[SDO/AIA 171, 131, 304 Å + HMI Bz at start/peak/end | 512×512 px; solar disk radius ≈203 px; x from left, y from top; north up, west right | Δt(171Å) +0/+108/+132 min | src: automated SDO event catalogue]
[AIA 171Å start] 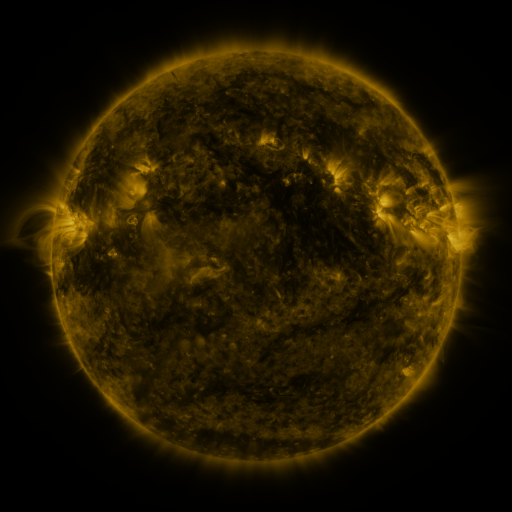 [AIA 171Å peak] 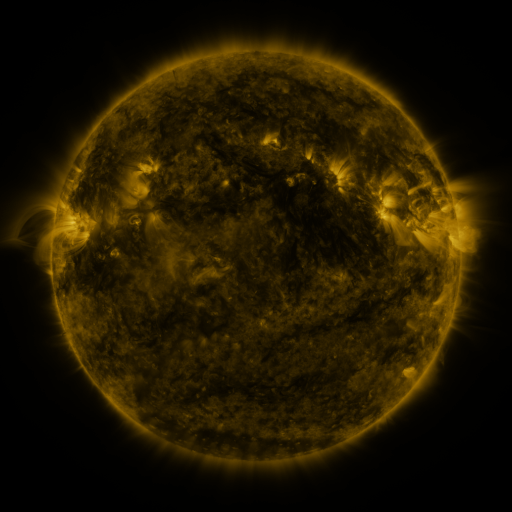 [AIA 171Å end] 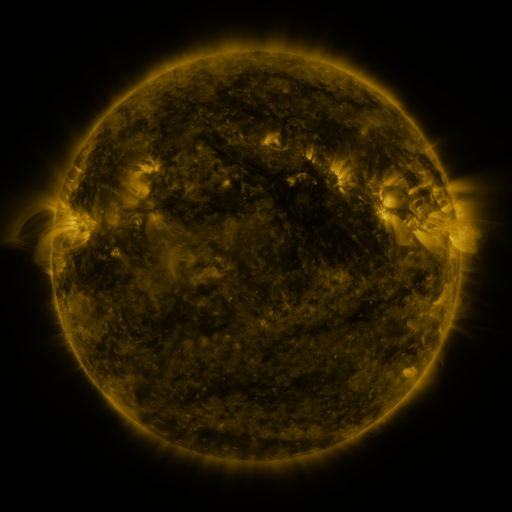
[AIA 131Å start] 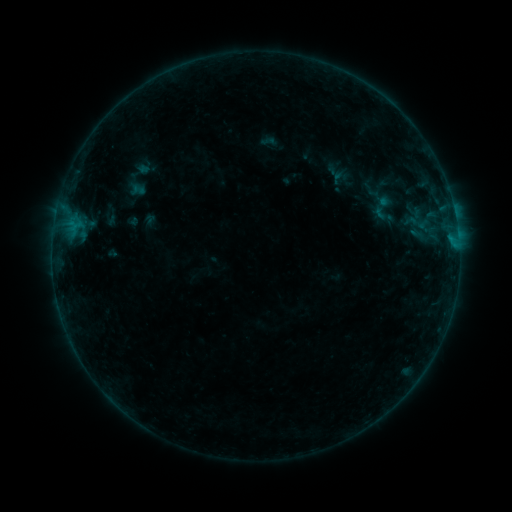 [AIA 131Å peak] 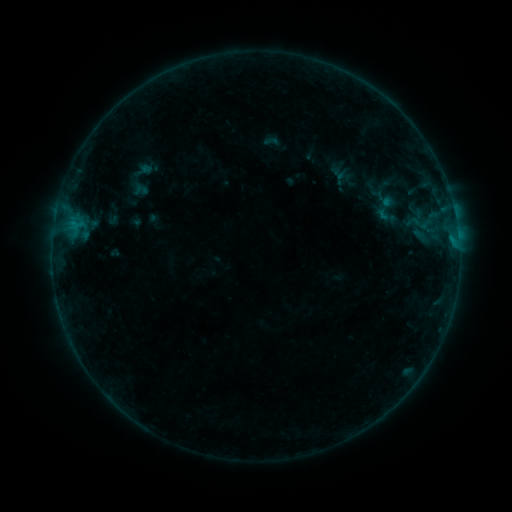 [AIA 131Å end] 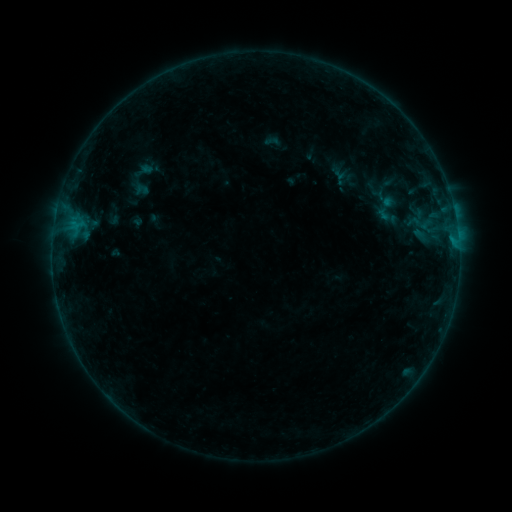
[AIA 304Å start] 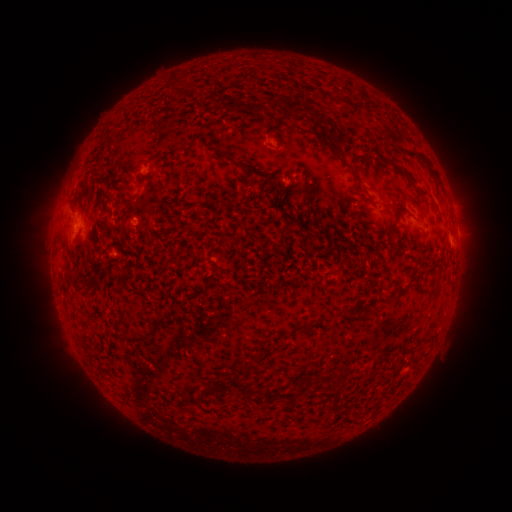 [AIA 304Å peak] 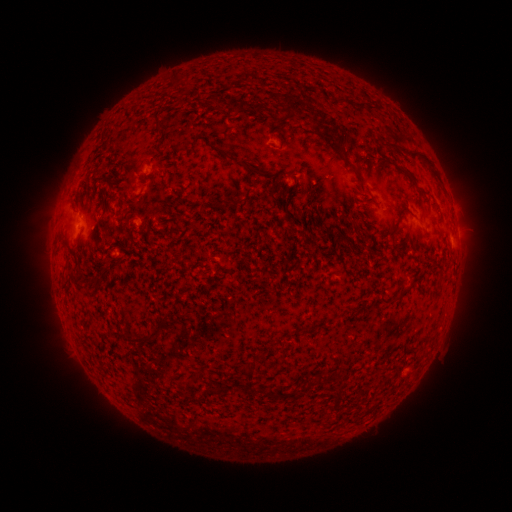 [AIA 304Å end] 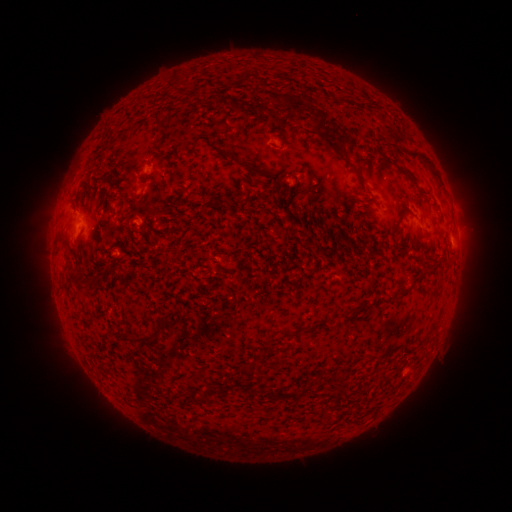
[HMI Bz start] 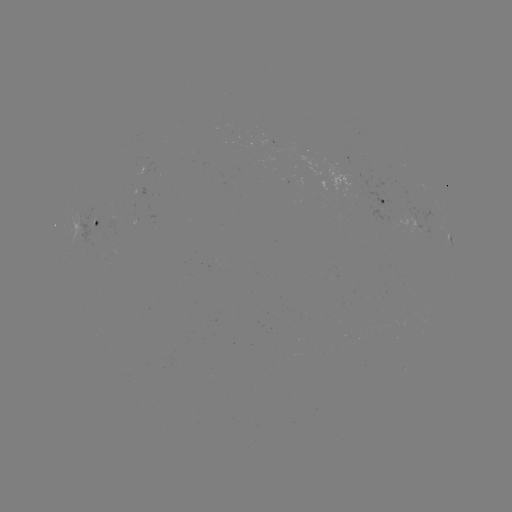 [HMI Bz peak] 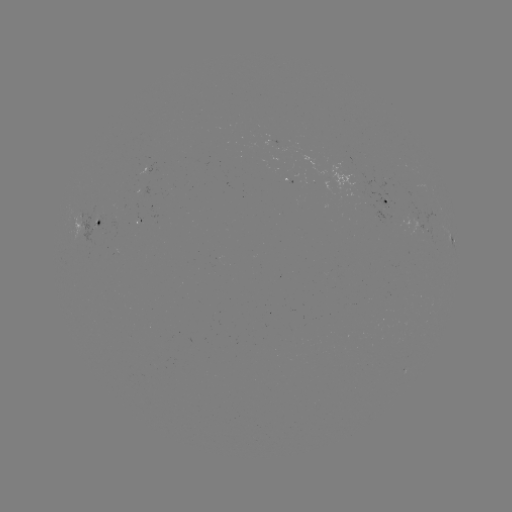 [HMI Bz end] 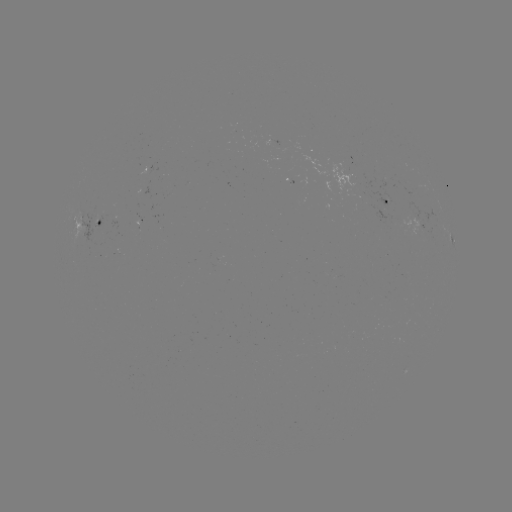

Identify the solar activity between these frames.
emerging-flux region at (324, 175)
